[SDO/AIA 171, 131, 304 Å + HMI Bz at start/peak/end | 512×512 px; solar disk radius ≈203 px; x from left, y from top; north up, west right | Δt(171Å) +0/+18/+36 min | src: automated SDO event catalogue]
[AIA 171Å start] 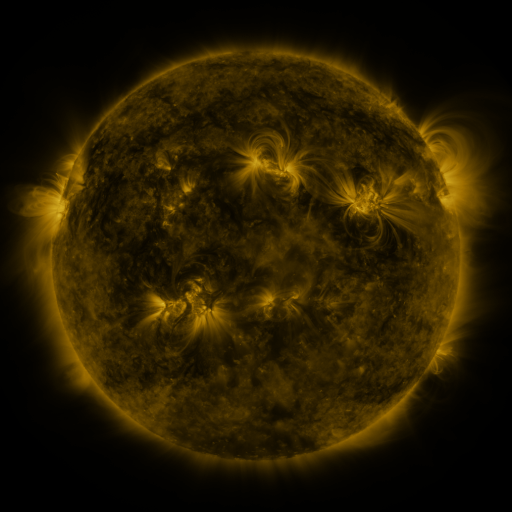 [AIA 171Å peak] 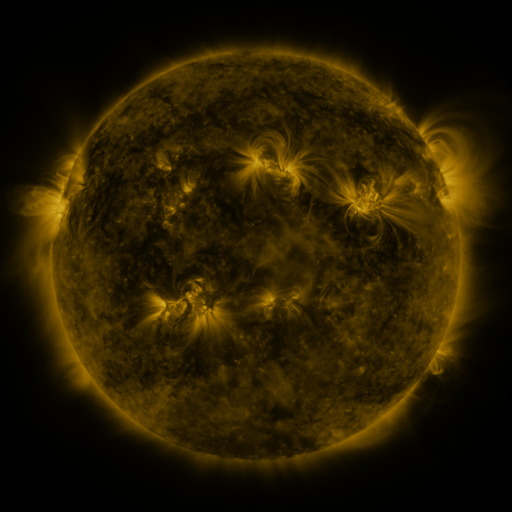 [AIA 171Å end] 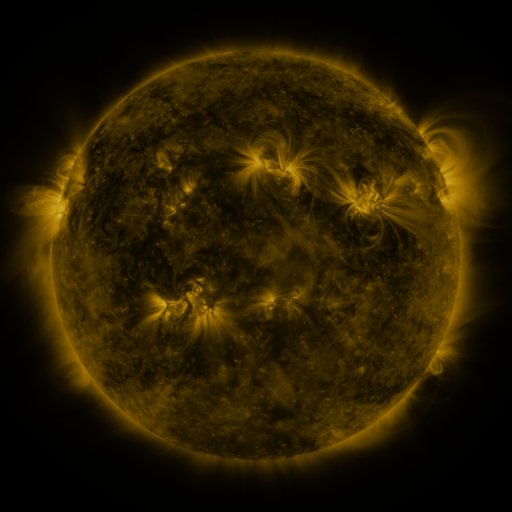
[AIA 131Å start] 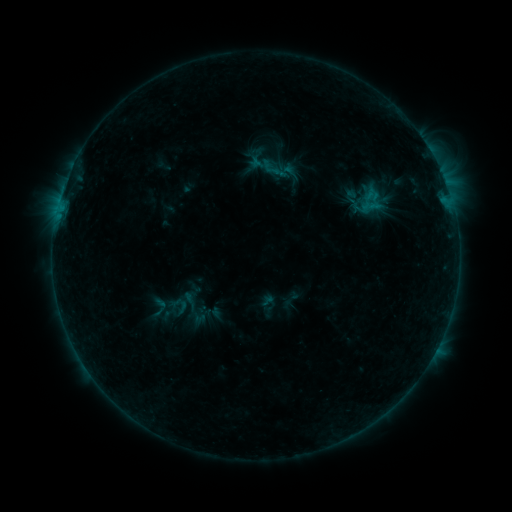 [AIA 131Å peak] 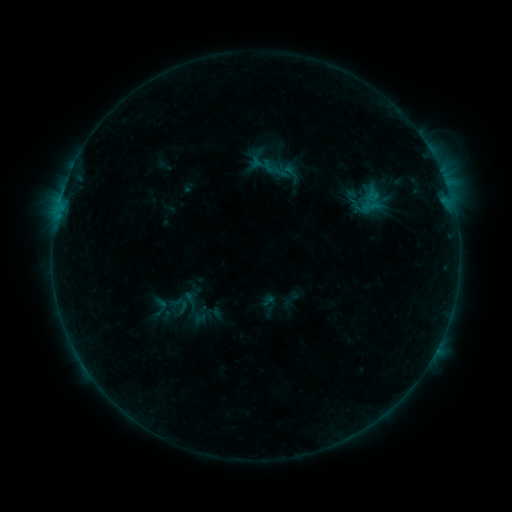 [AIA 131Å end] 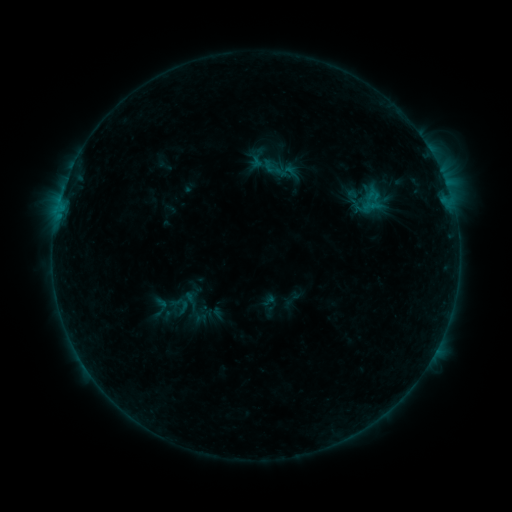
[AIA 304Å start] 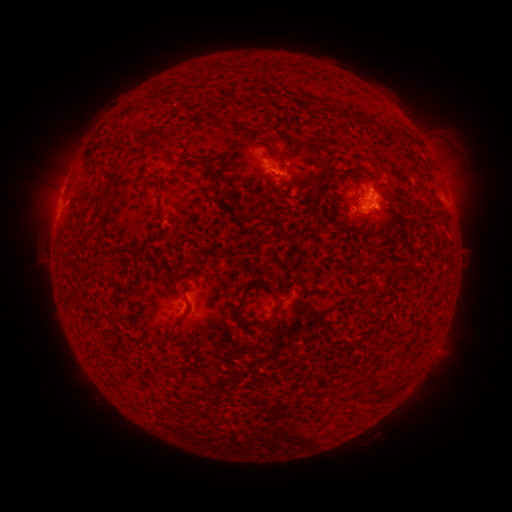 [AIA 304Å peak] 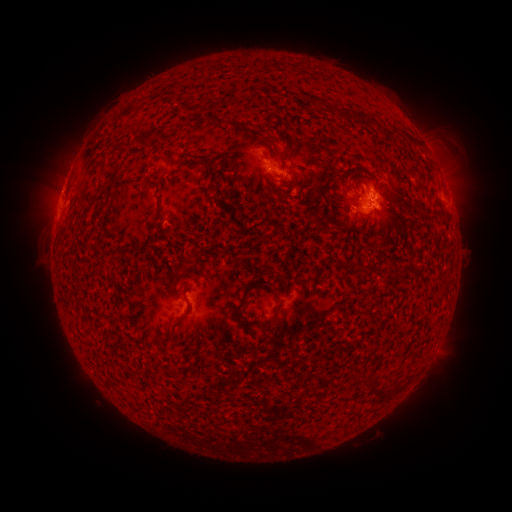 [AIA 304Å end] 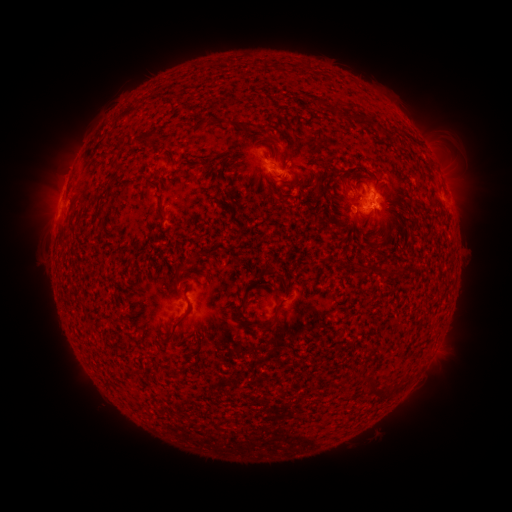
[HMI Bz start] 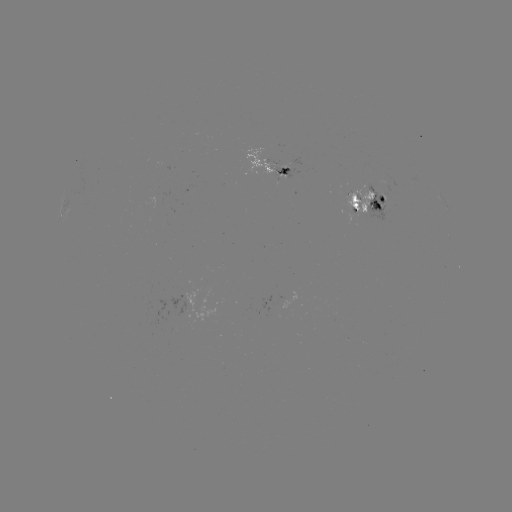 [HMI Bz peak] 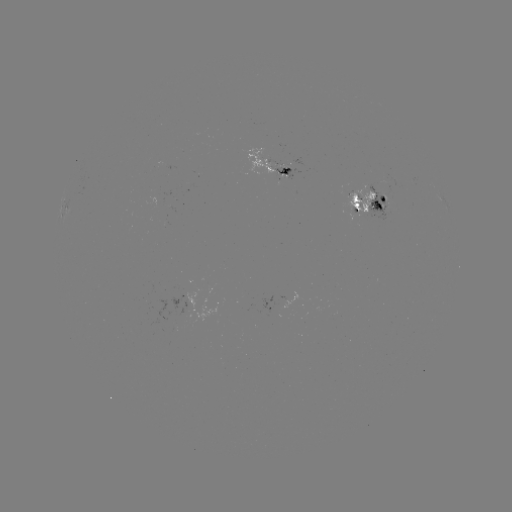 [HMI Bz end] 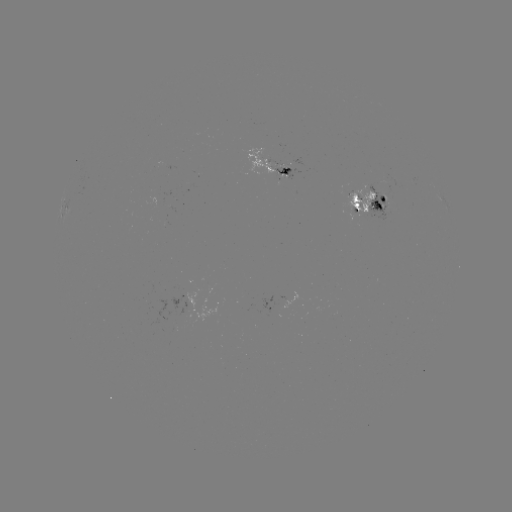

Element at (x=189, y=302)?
emerging-flux region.